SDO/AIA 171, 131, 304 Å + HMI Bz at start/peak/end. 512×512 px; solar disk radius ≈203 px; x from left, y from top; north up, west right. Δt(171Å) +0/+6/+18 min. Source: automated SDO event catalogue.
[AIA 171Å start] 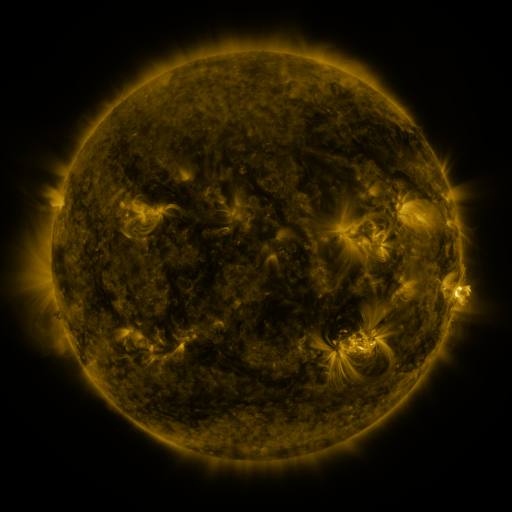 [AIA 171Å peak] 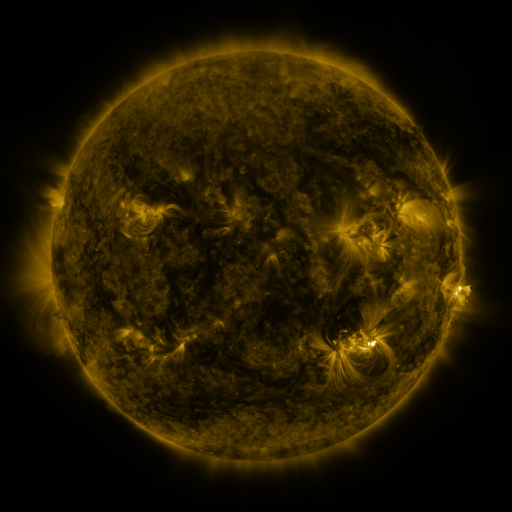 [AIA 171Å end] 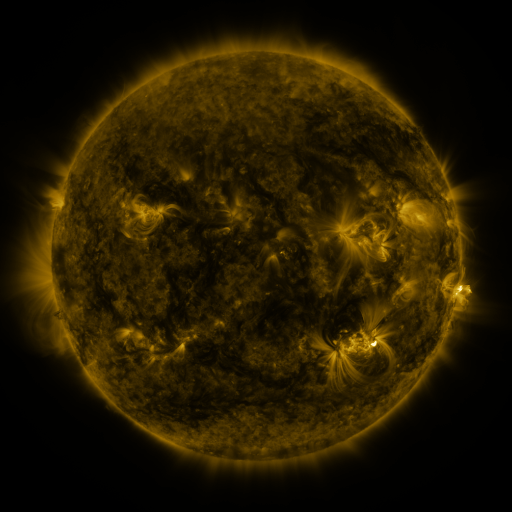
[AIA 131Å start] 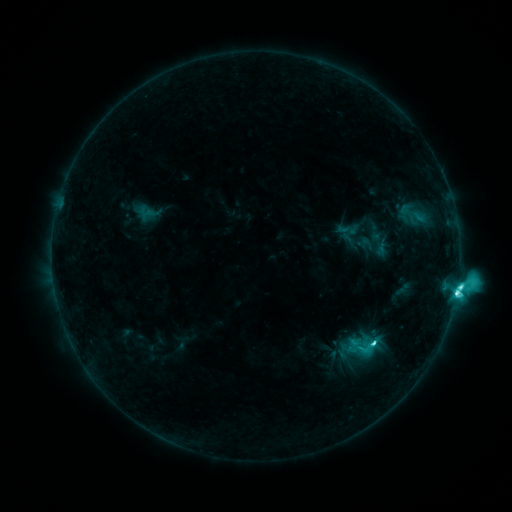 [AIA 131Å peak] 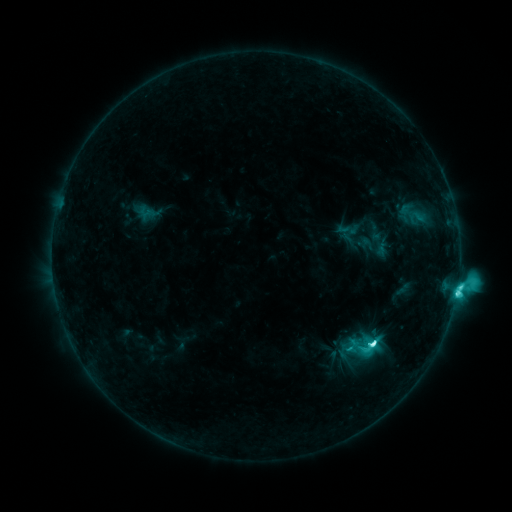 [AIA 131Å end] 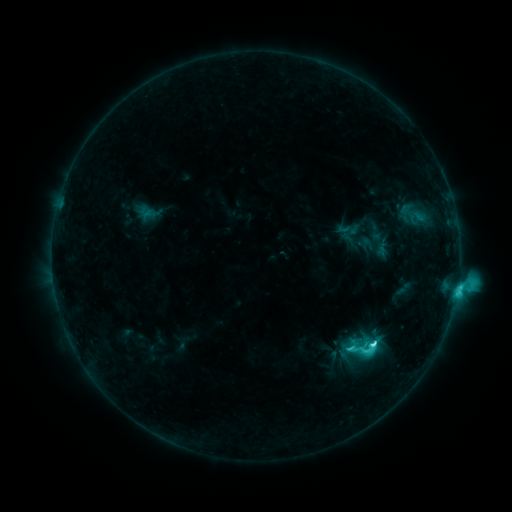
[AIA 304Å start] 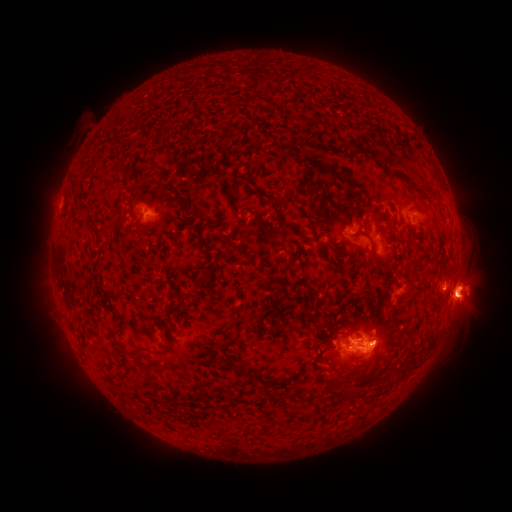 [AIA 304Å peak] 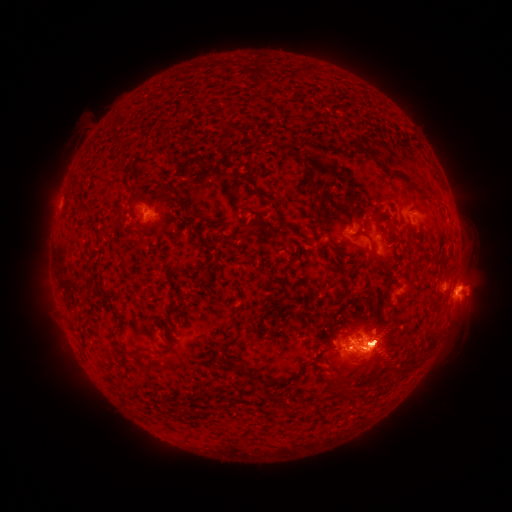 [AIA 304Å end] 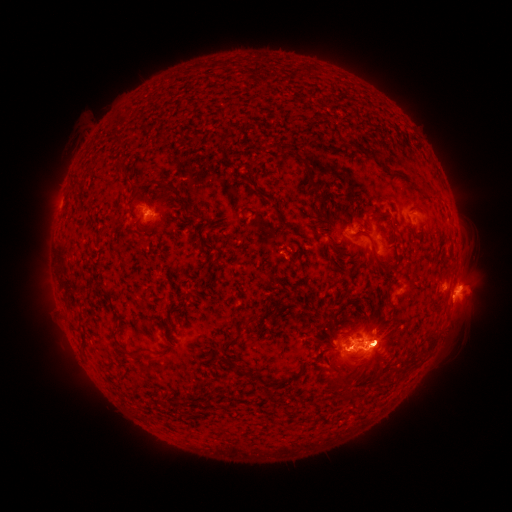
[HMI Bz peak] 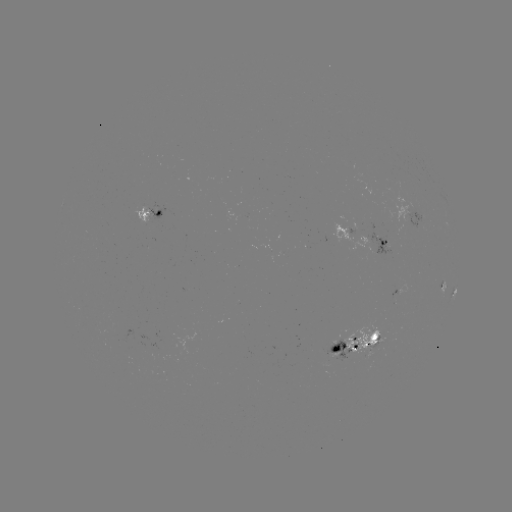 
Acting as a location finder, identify M1.0 flare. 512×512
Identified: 251,459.